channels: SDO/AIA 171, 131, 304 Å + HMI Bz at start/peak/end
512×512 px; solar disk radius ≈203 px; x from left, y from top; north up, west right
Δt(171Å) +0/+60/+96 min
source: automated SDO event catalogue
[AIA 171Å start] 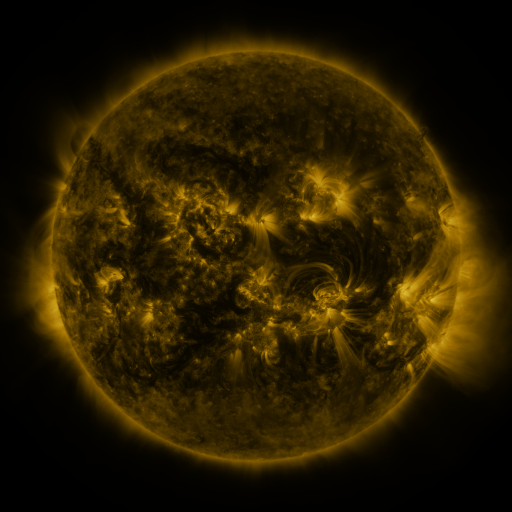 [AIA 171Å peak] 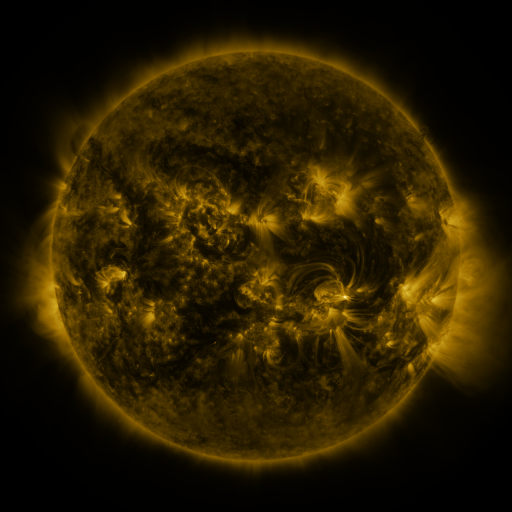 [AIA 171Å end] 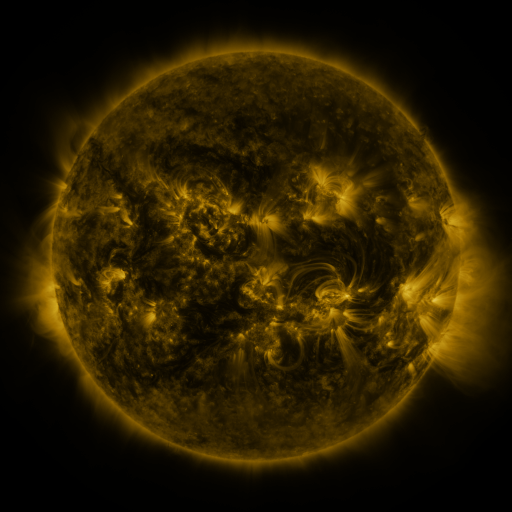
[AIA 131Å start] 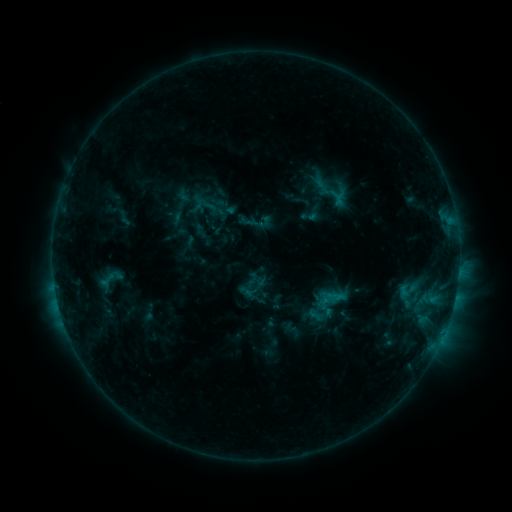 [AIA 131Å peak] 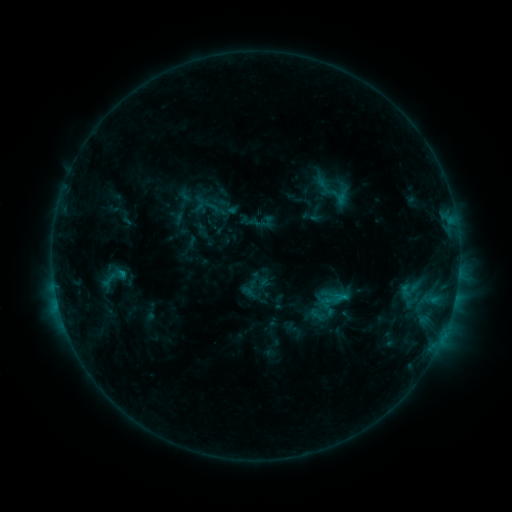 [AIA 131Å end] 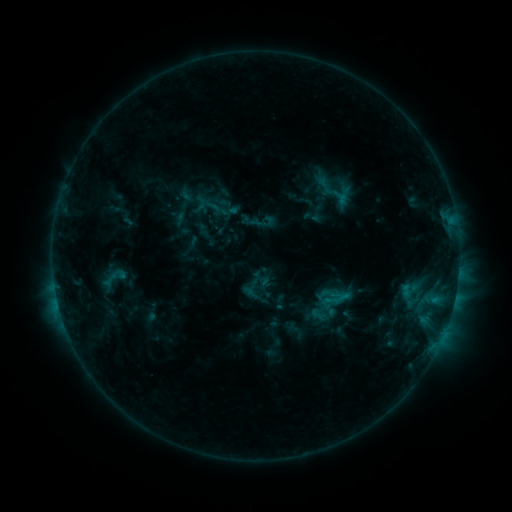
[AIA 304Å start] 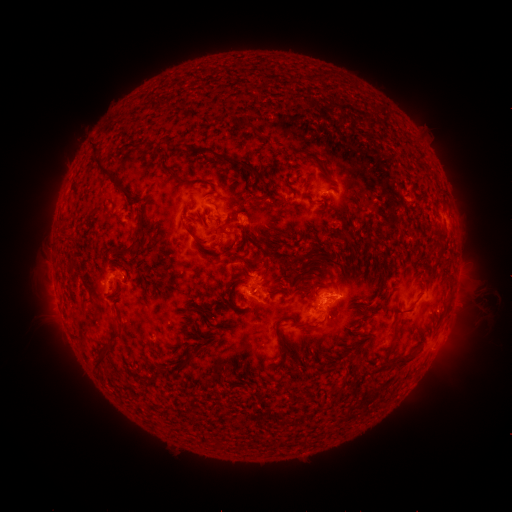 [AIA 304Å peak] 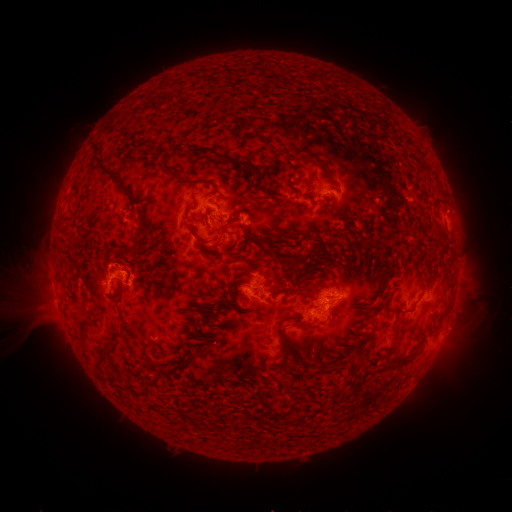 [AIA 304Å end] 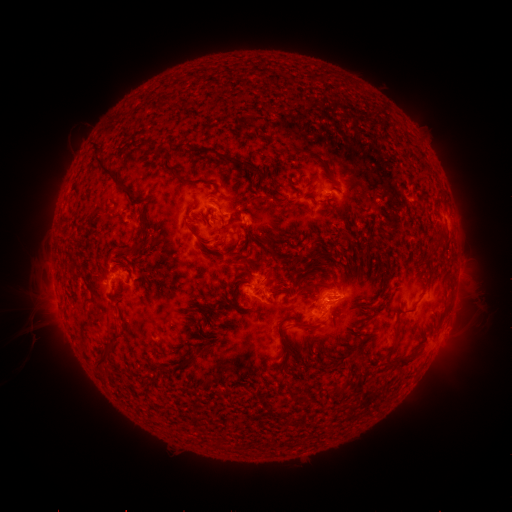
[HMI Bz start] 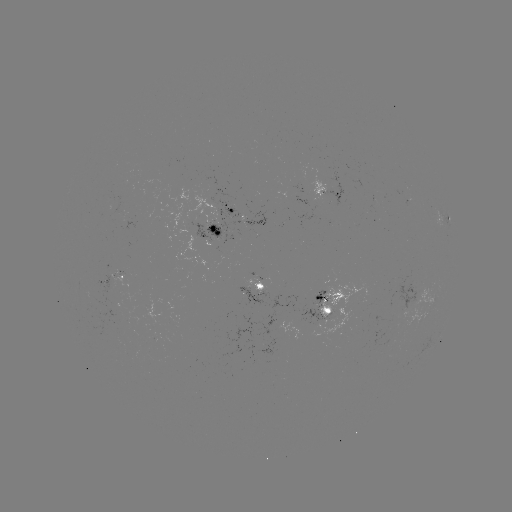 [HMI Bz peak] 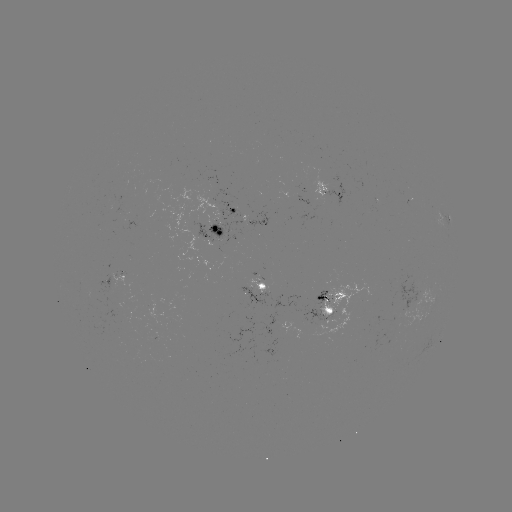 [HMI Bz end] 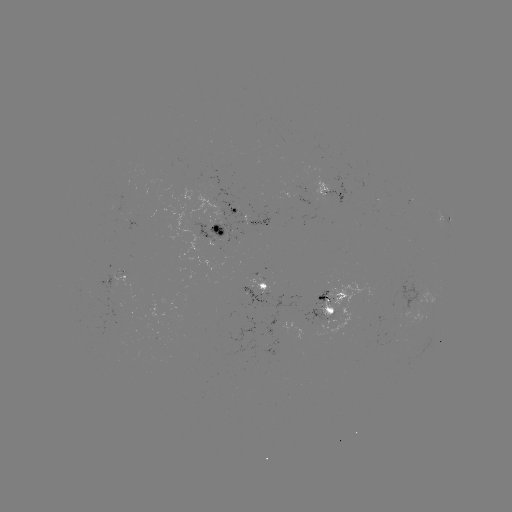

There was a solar emerging-flux region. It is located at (112, 277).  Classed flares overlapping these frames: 1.